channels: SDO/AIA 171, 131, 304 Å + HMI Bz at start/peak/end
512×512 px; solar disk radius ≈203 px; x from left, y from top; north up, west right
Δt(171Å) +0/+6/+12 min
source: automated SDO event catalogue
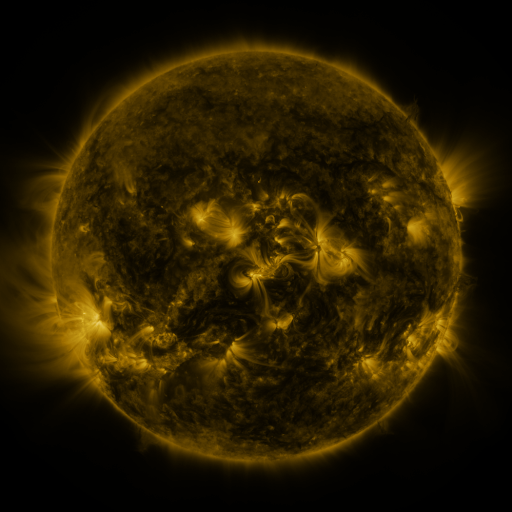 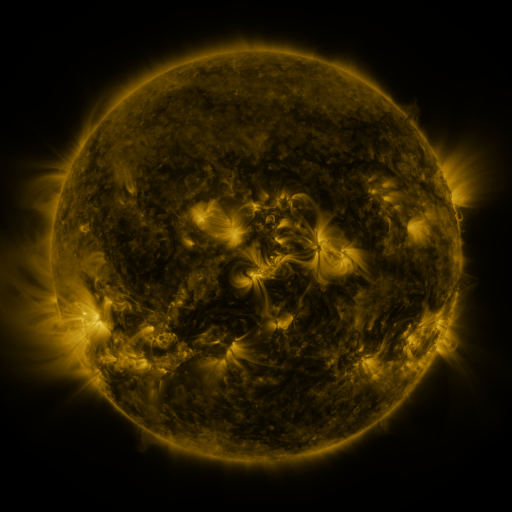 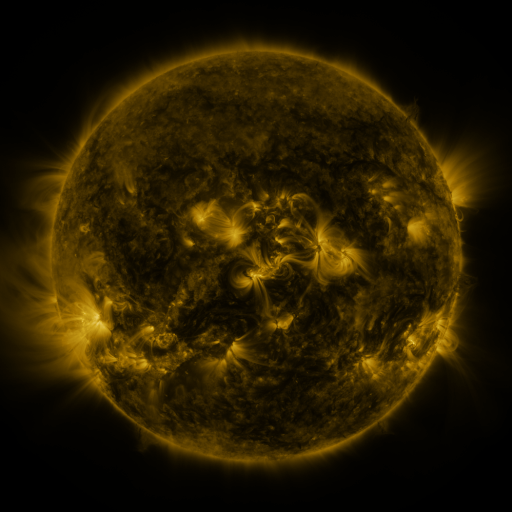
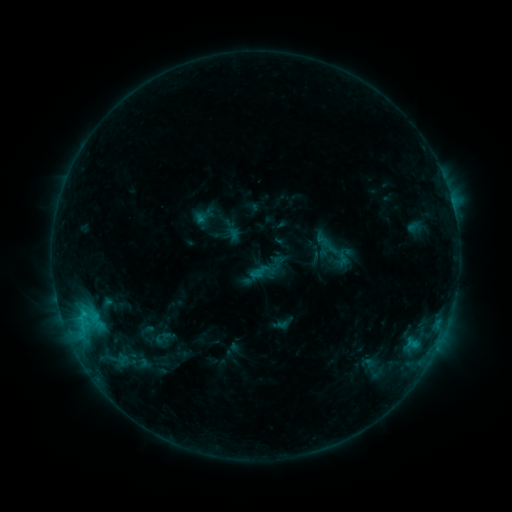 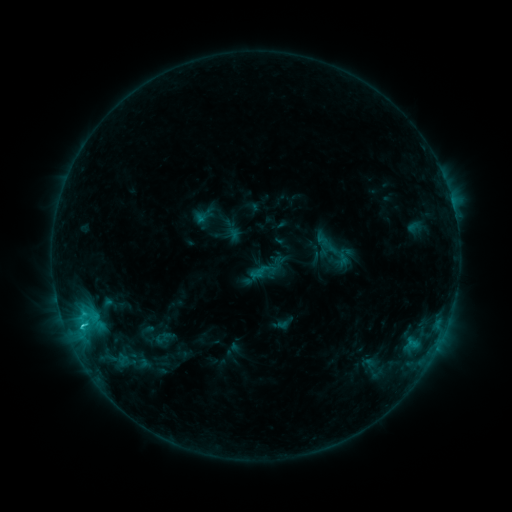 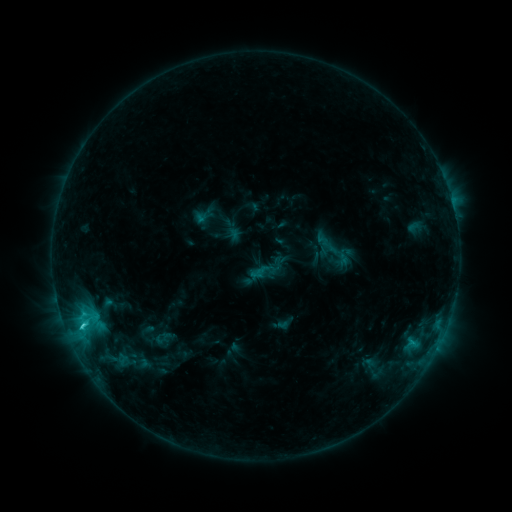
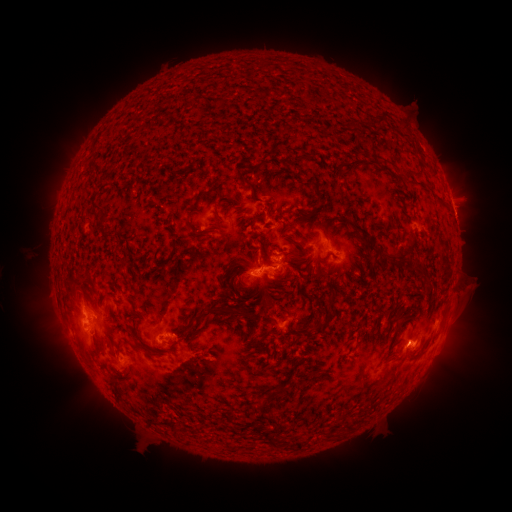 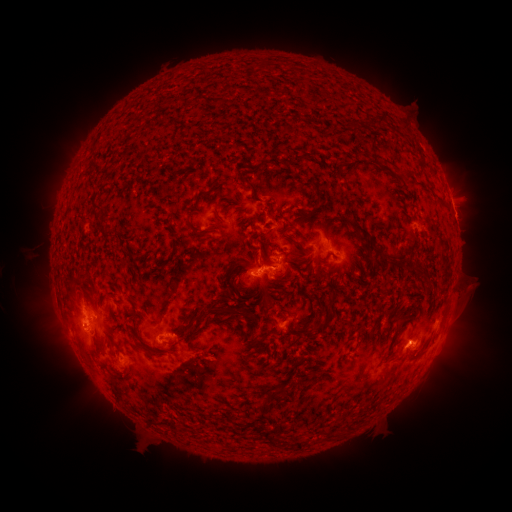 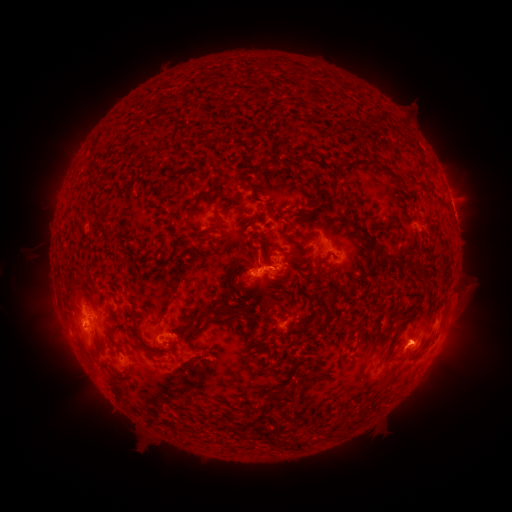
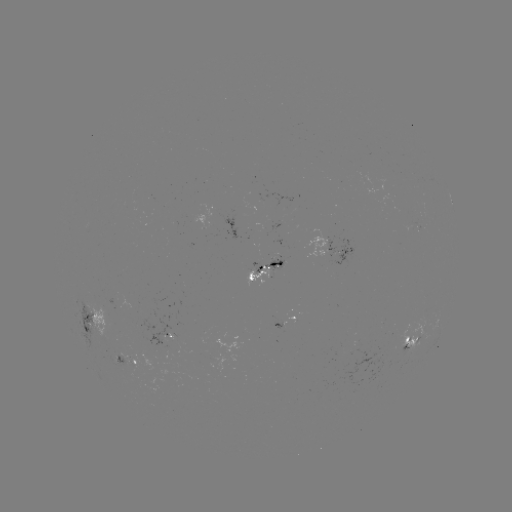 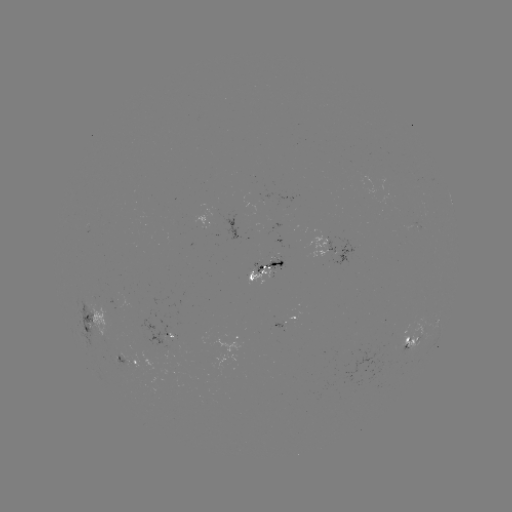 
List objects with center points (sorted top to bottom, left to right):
C1.9 flare: (84, 326)
